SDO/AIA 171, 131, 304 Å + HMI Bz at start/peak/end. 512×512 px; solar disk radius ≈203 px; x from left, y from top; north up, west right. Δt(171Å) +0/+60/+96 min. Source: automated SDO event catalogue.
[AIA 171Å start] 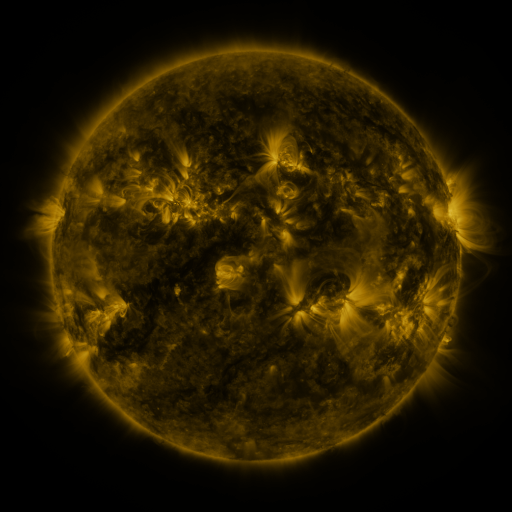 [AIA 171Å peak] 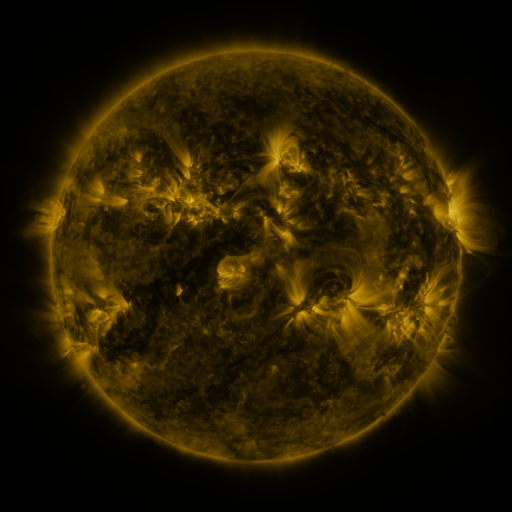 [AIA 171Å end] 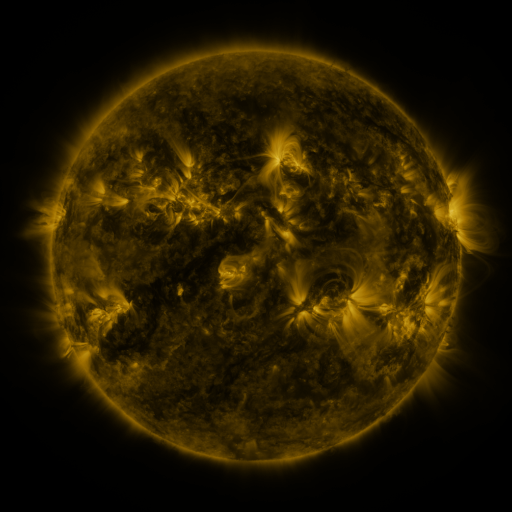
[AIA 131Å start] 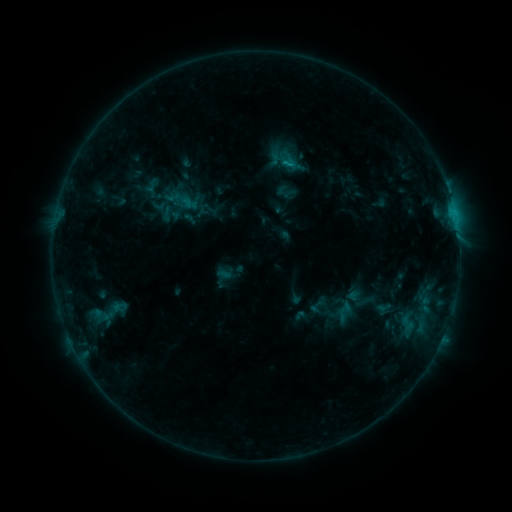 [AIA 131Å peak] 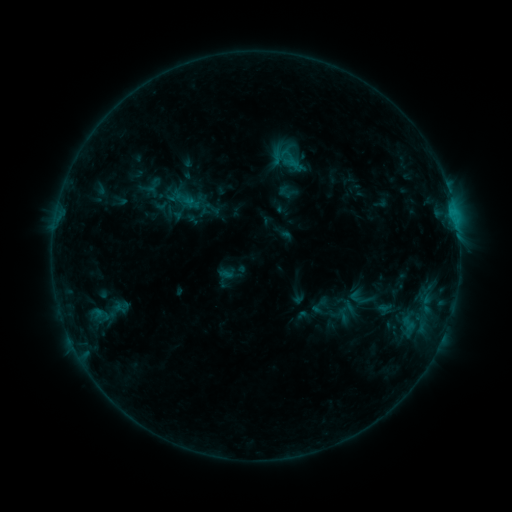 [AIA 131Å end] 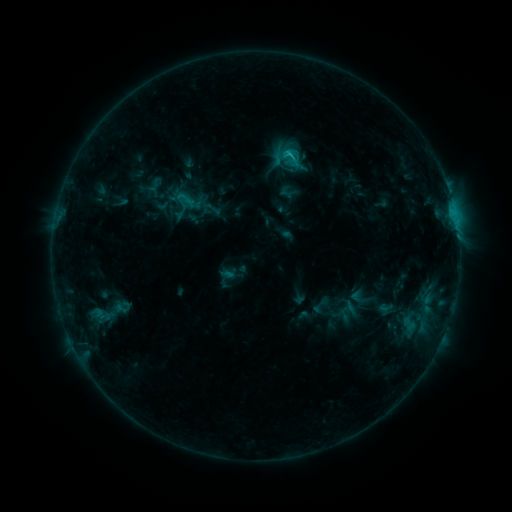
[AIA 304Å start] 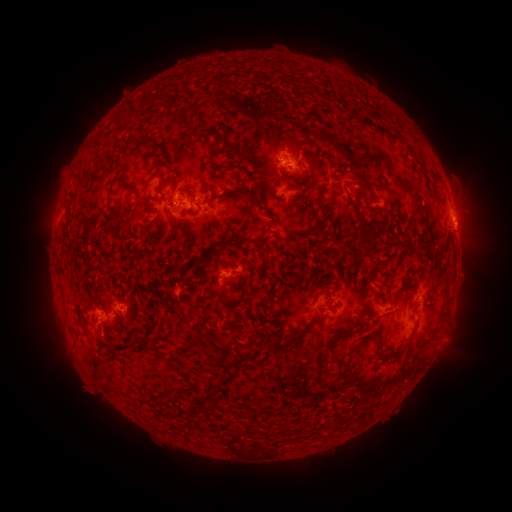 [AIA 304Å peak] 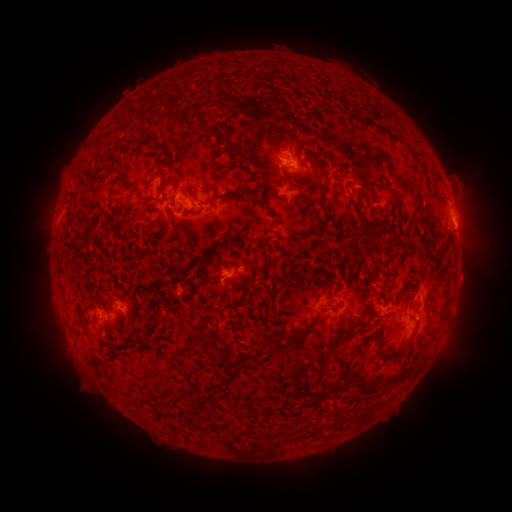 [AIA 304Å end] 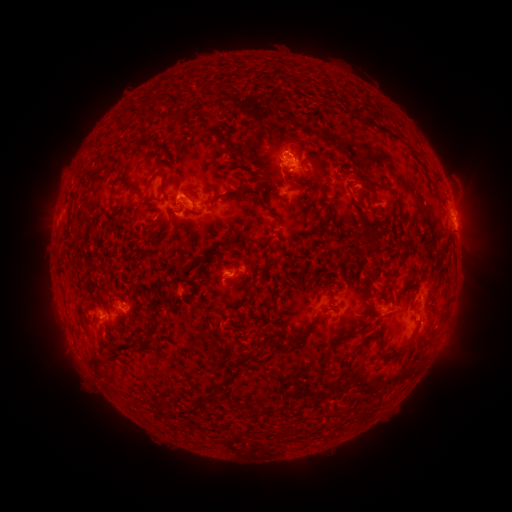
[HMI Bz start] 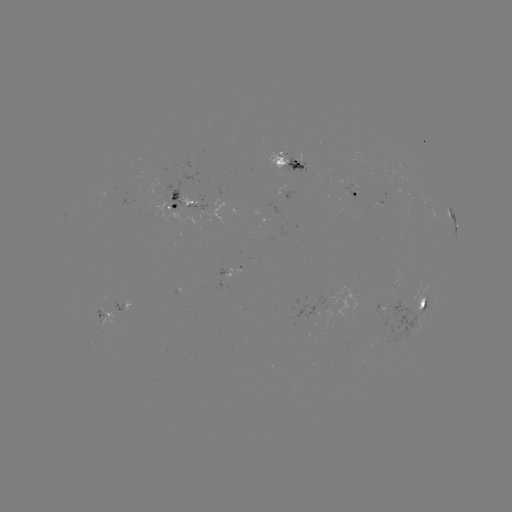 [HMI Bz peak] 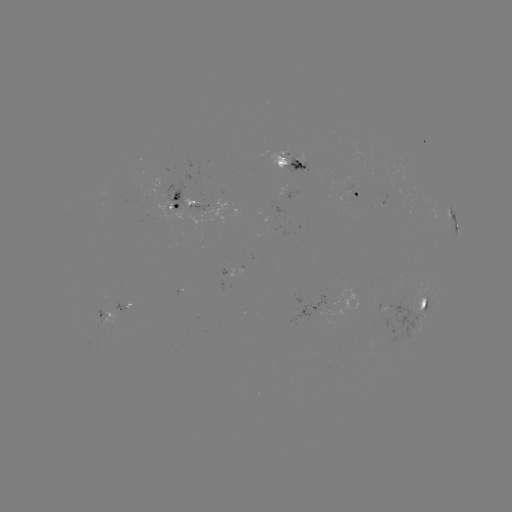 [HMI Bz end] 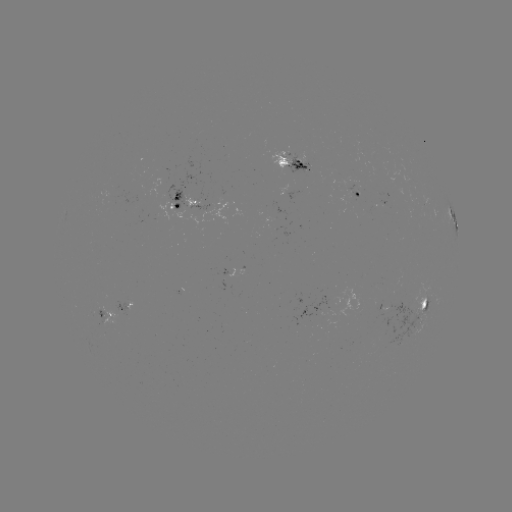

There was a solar emerging-flux region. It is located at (193, 201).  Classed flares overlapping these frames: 1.